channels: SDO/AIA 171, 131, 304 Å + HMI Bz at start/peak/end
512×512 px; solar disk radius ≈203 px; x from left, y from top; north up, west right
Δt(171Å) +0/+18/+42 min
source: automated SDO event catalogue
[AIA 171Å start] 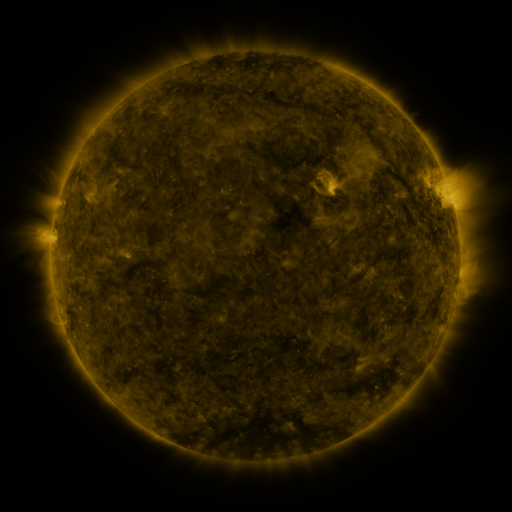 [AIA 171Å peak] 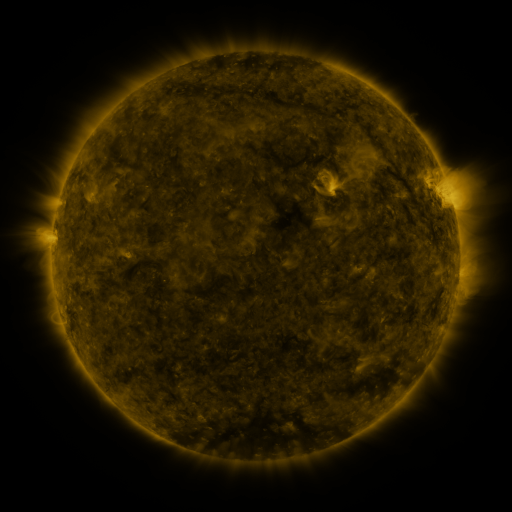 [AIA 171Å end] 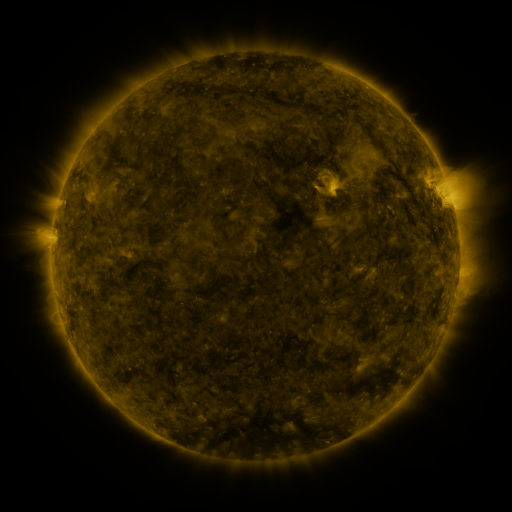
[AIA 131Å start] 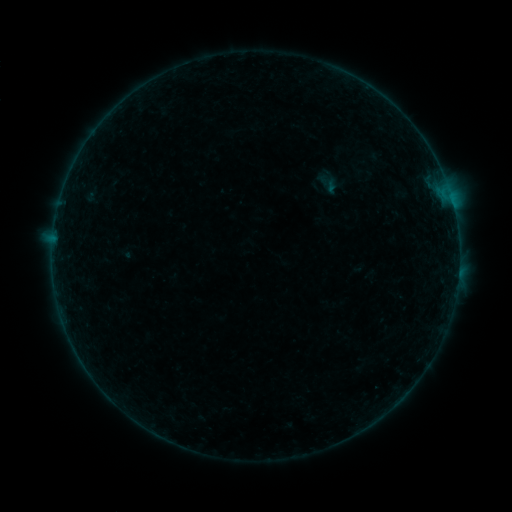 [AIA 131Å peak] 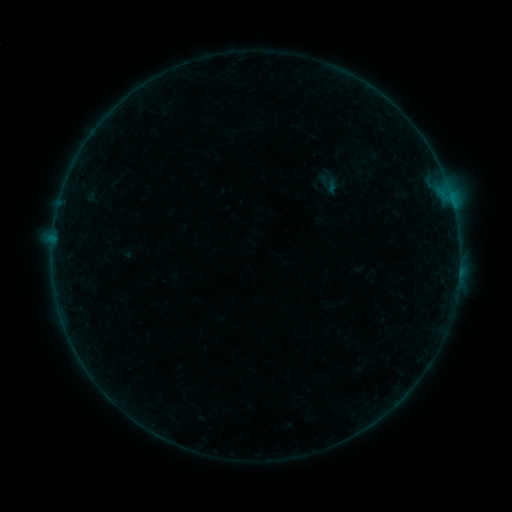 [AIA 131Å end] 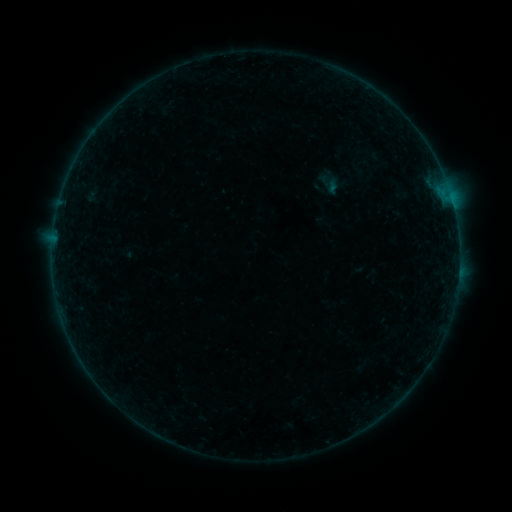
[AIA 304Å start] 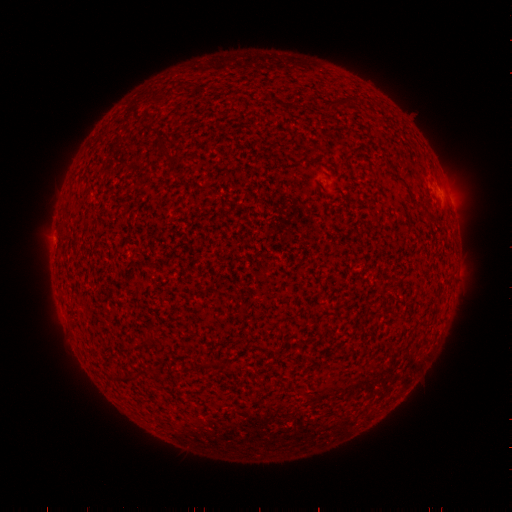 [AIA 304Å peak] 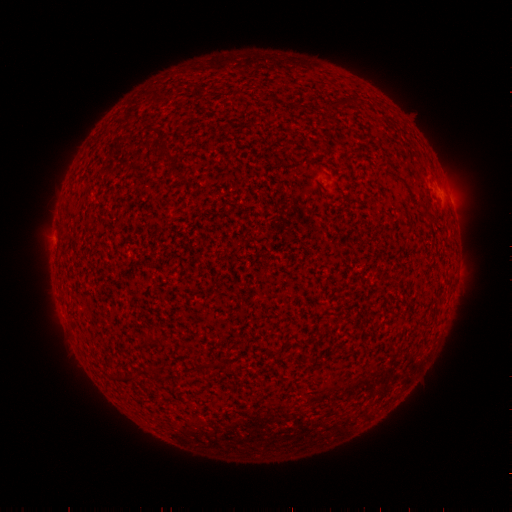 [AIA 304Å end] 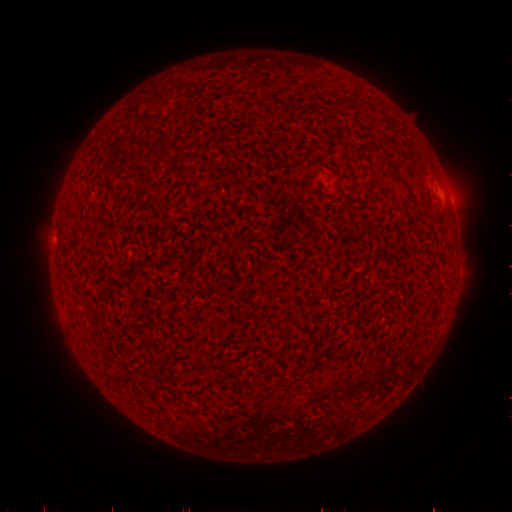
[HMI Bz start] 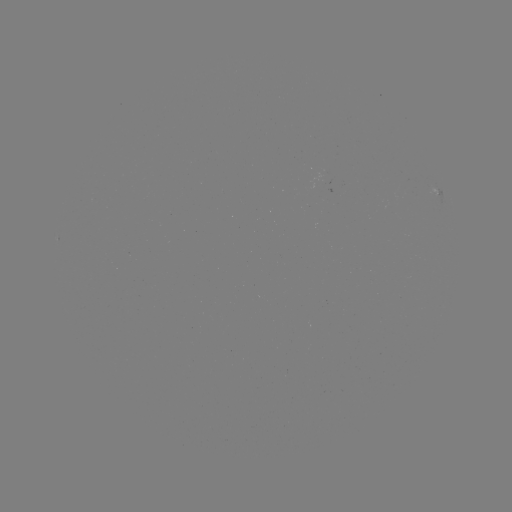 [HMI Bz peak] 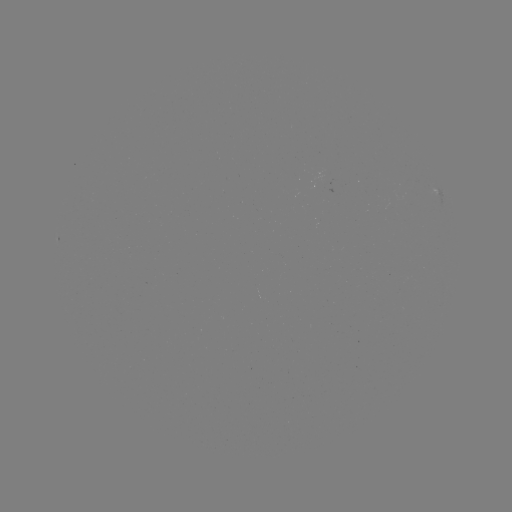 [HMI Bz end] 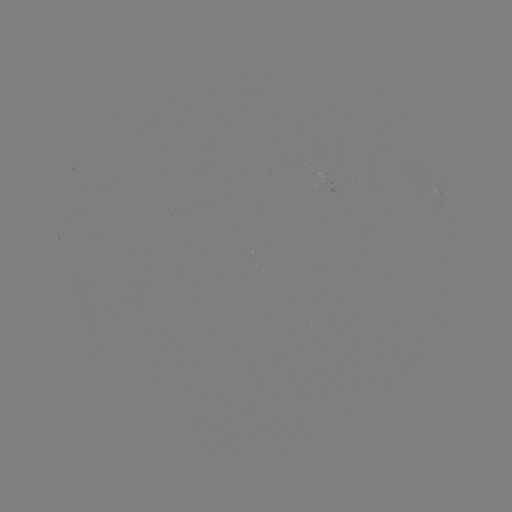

no classed flare was catalogued and no EUV brightening was flagged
